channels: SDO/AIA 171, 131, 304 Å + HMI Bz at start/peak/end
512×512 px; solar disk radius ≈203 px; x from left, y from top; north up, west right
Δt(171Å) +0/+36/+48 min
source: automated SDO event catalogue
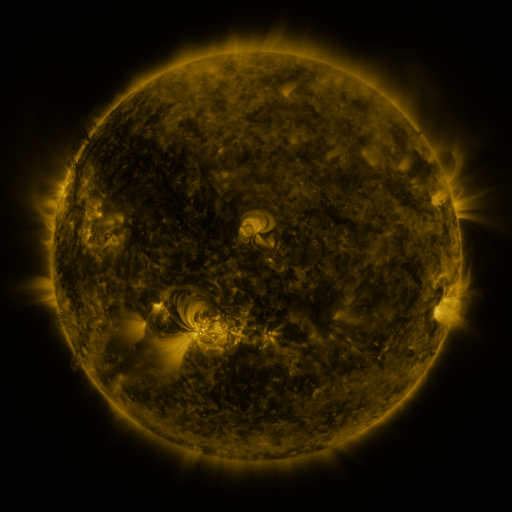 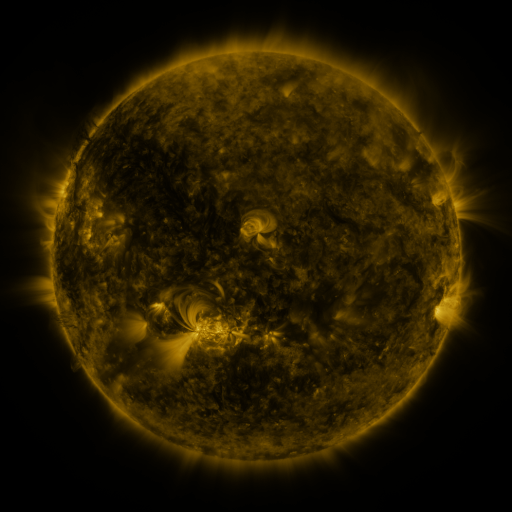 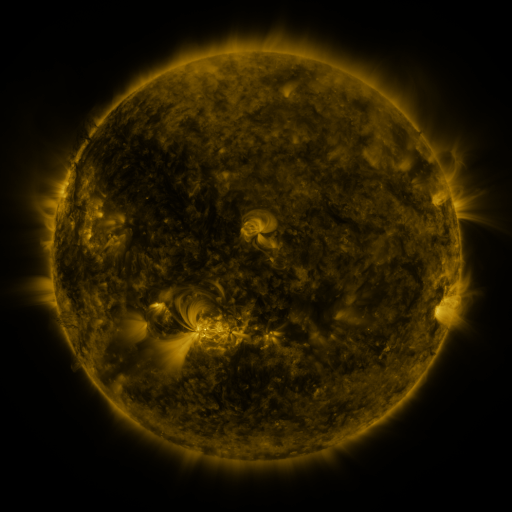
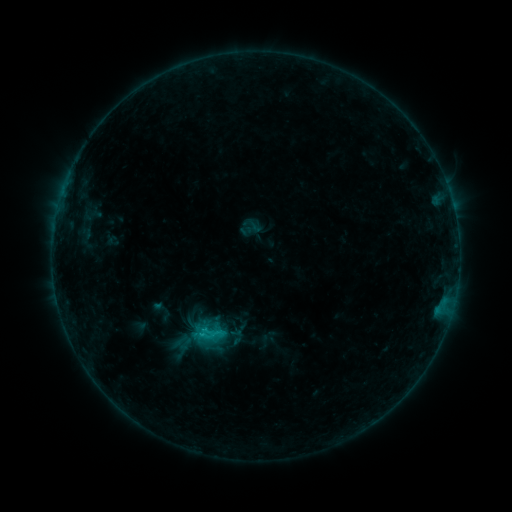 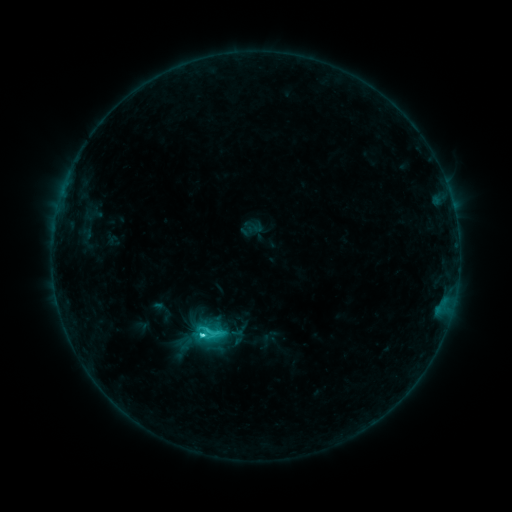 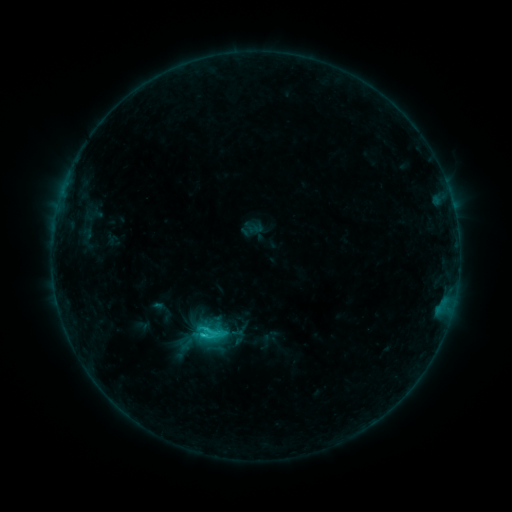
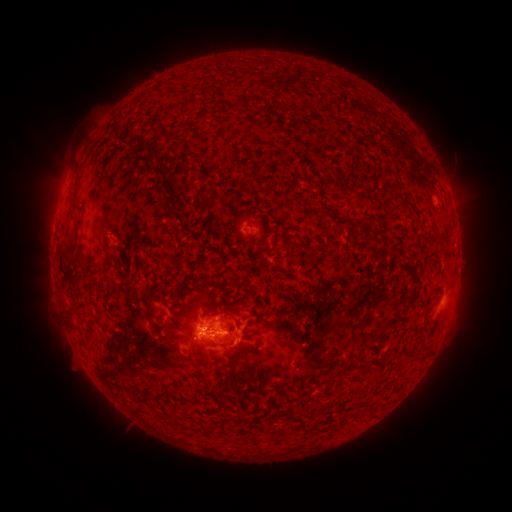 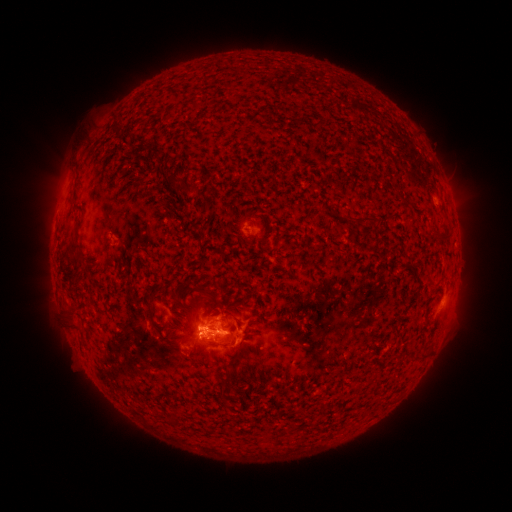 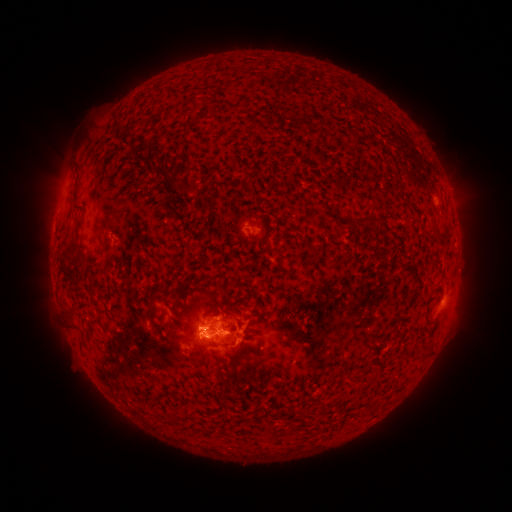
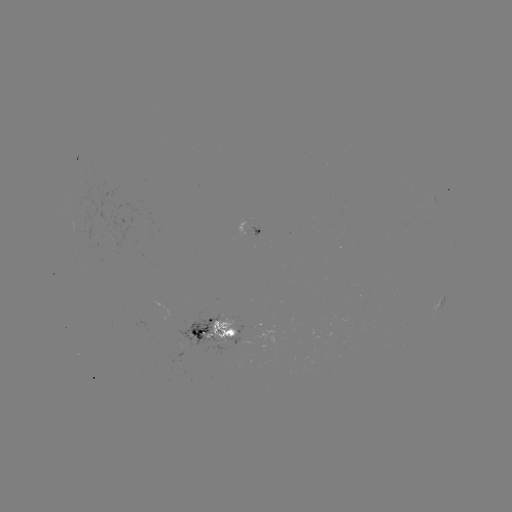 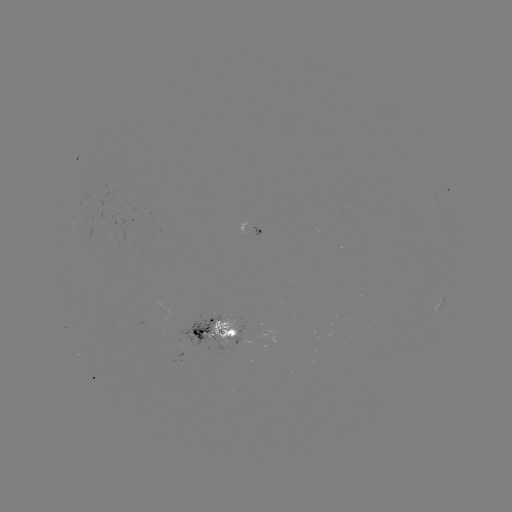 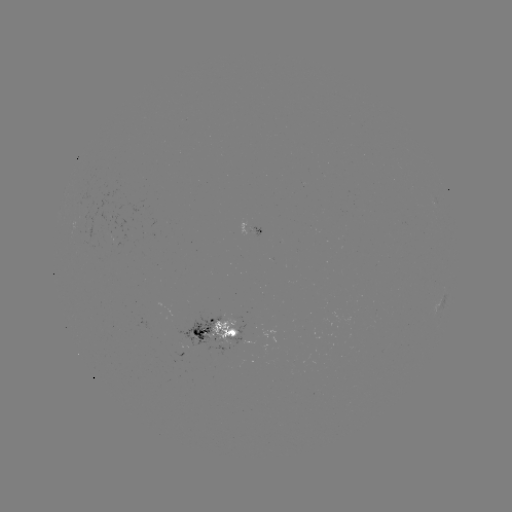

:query C3.1 flare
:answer (205, 334)